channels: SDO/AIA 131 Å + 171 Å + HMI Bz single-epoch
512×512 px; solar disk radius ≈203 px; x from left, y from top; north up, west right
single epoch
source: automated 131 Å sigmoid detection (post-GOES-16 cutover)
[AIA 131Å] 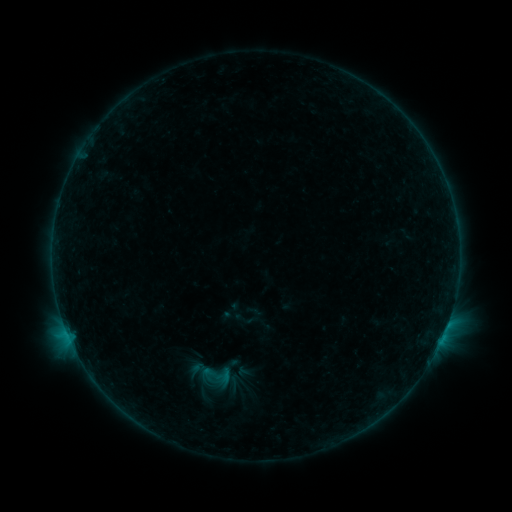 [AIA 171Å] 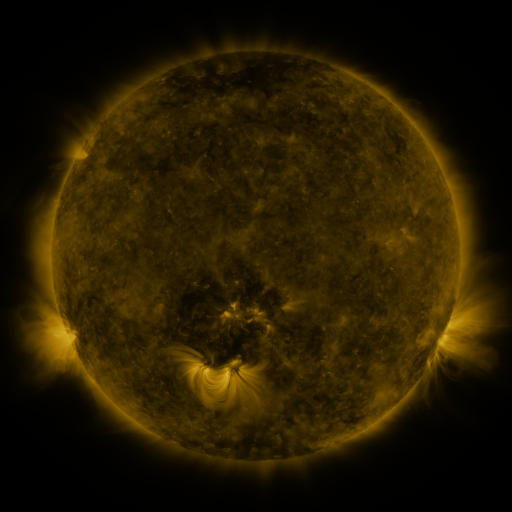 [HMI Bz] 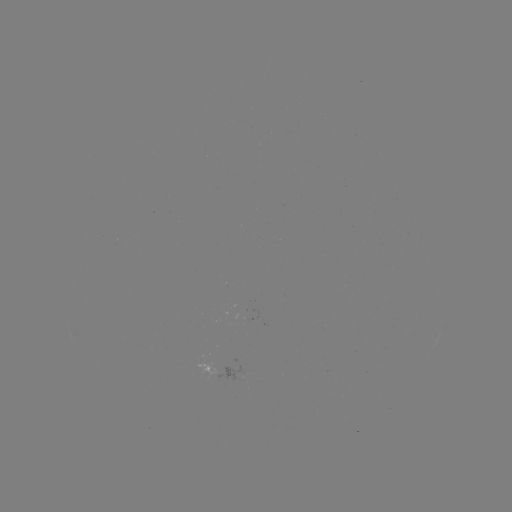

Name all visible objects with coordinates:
sigmoid: <bbox>233, 307, 256, 329</bbox>
sigmoid: <bbox>193, 359, 236, 392</bbox>
